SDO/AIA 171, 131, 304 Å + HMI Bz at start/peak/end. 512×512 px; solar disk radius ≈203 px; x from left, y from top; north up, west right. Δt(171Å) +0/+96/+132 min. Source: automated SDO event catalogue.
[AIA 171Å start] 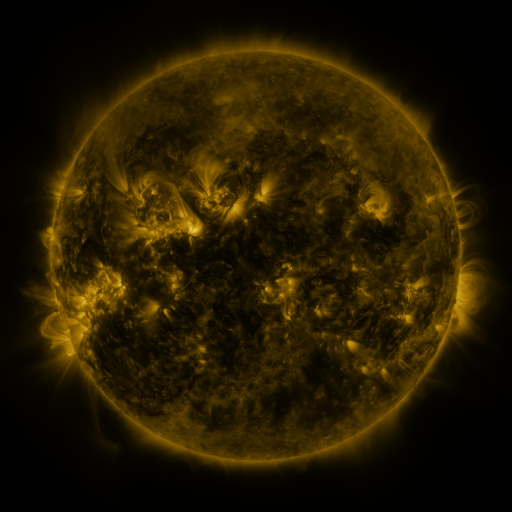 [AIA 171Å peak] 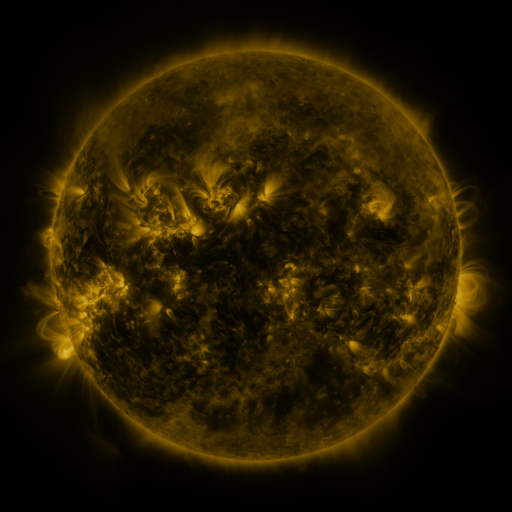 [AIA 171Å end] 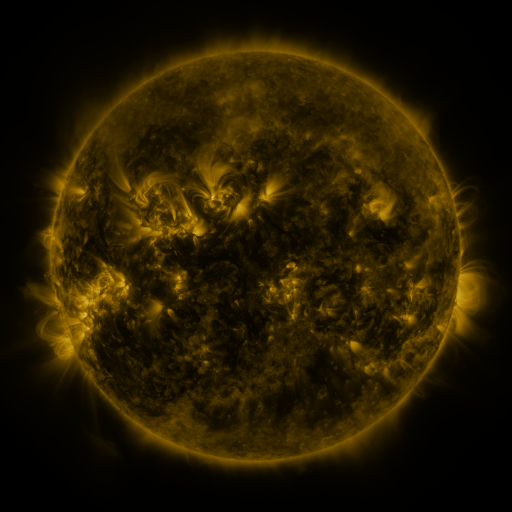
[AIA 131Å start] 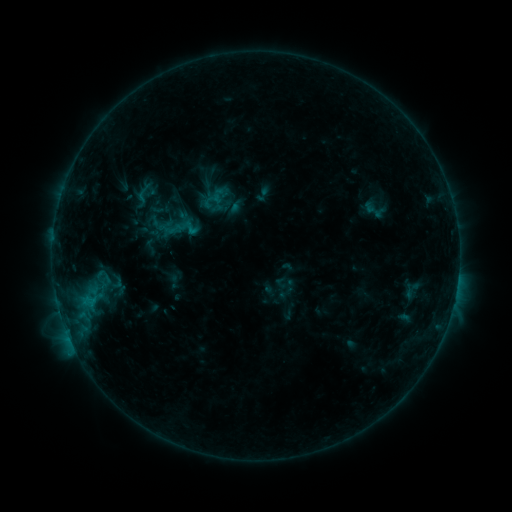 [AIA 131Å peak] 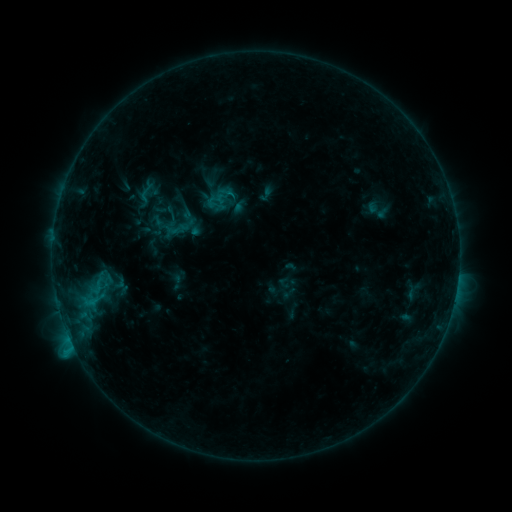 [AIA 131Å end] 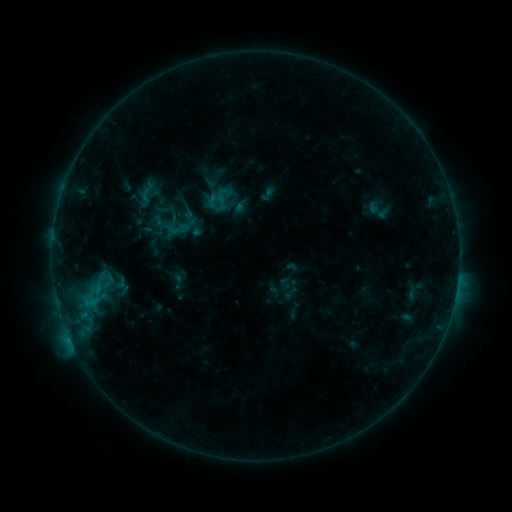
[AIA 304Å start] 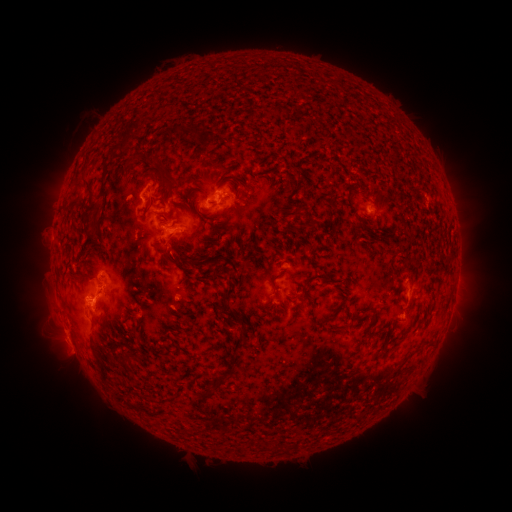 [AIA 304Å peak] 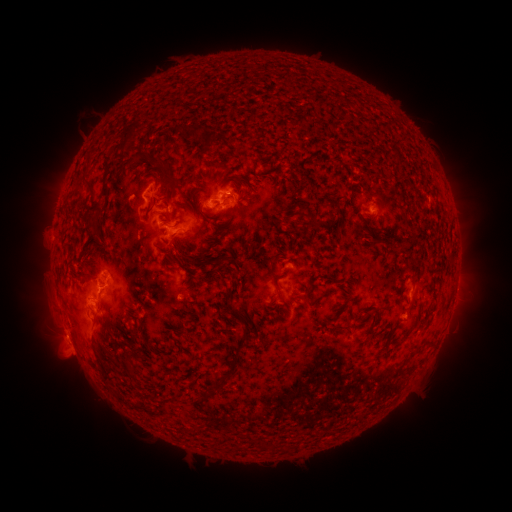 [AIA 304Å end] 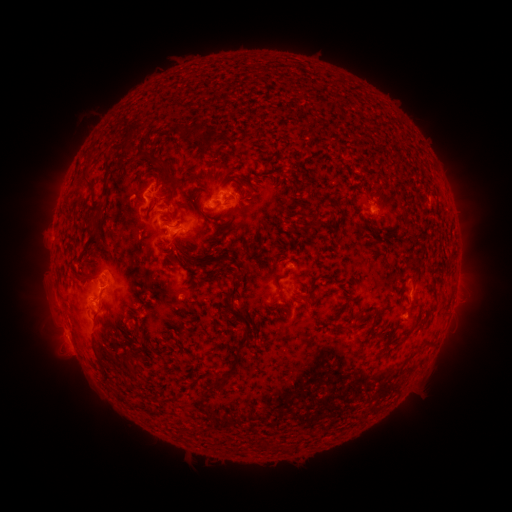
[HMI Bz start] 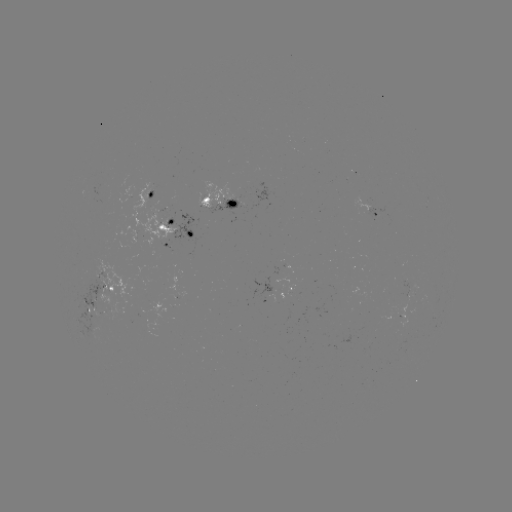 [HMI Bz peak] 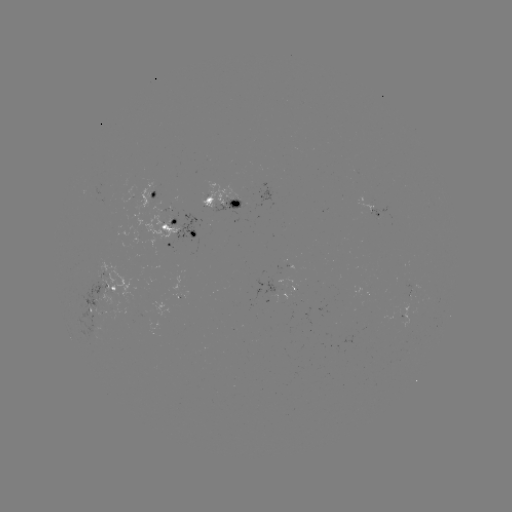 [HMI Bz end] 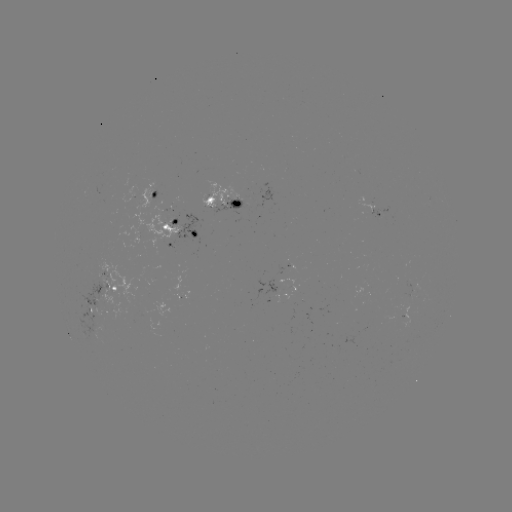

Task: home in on emerging-flux region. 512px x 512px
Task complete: (159, 231).